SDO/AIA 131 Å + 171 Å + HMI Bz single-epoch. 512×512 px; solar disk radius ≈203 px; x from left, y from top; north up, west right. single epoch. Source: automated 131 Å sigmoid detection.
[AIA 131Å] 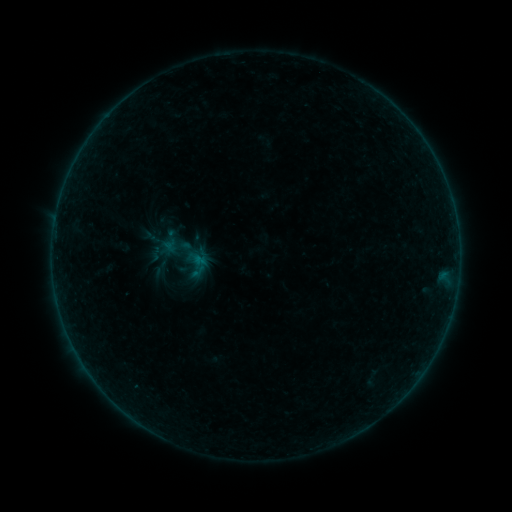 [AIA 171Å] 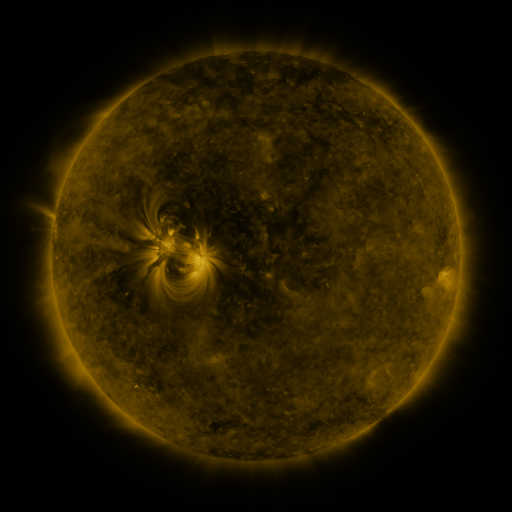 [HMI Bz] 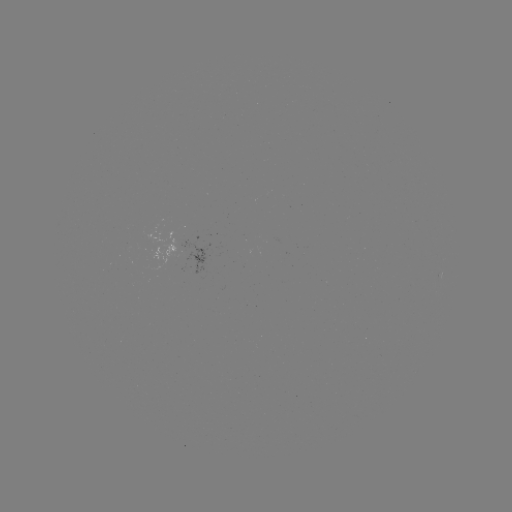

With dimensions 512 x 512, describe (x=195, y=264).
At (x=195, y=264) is sigmoid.